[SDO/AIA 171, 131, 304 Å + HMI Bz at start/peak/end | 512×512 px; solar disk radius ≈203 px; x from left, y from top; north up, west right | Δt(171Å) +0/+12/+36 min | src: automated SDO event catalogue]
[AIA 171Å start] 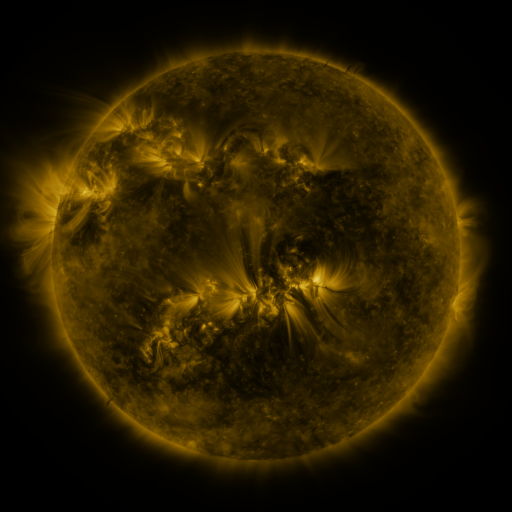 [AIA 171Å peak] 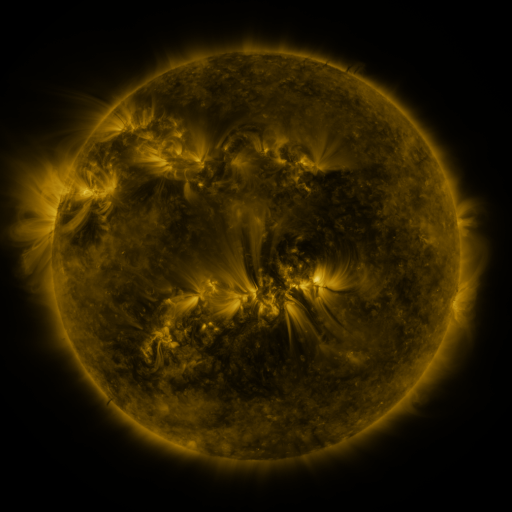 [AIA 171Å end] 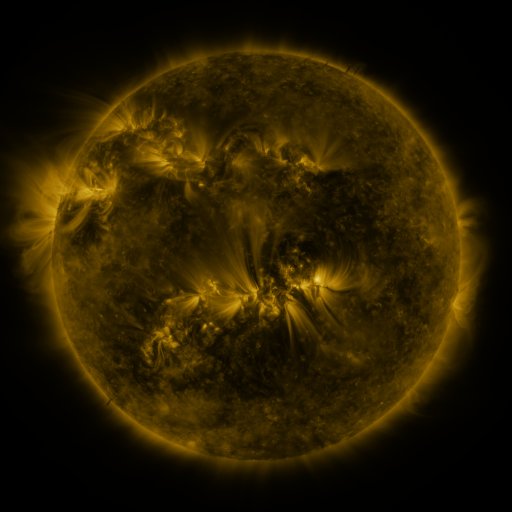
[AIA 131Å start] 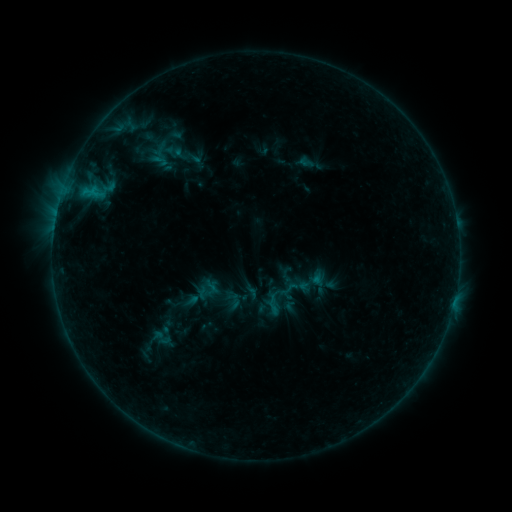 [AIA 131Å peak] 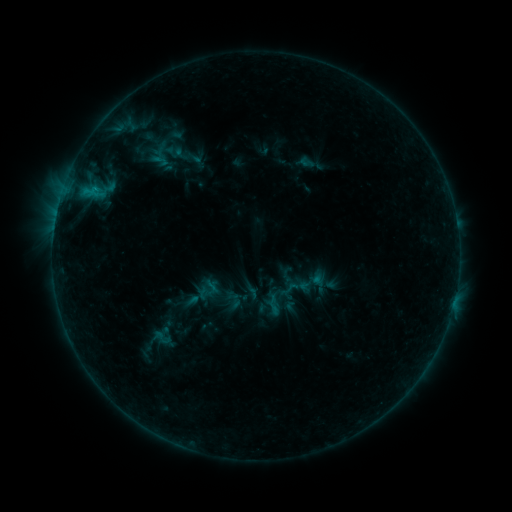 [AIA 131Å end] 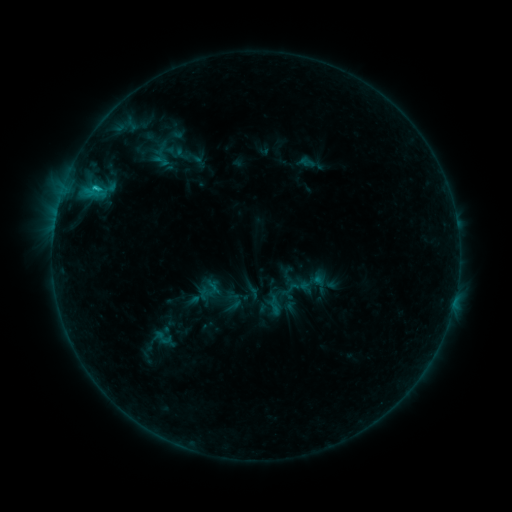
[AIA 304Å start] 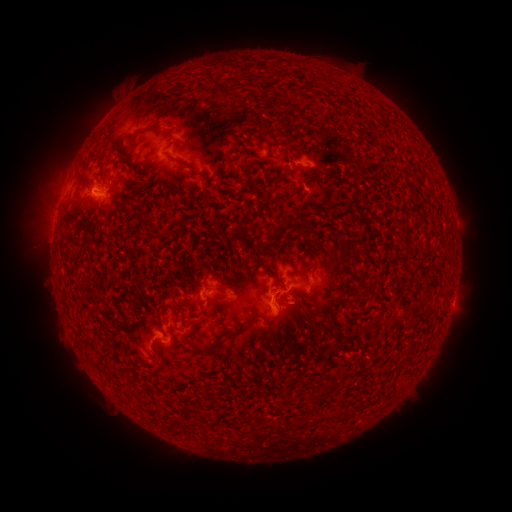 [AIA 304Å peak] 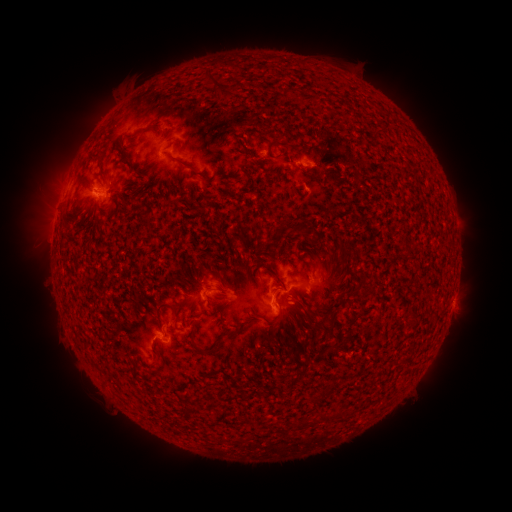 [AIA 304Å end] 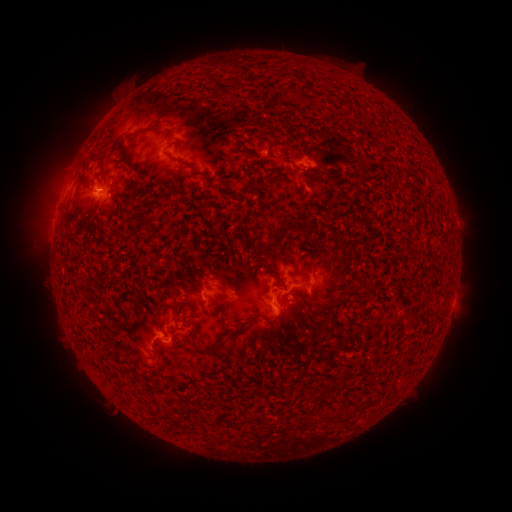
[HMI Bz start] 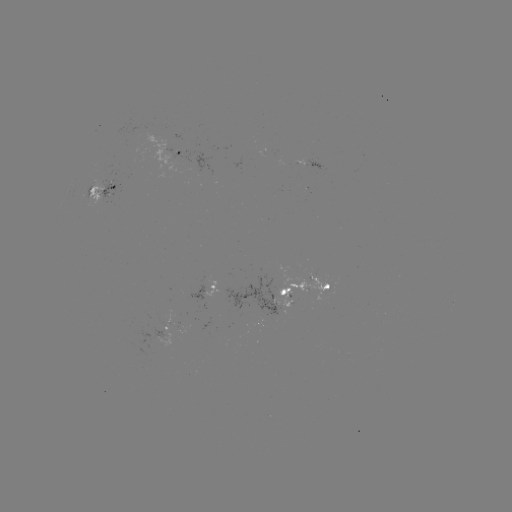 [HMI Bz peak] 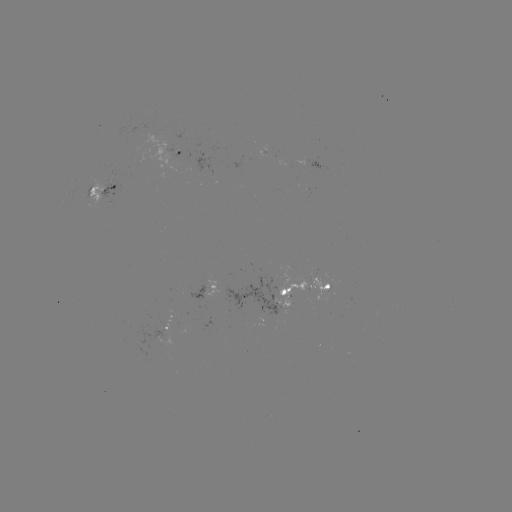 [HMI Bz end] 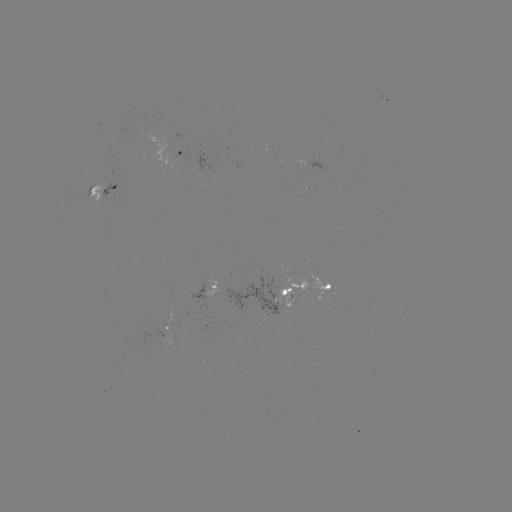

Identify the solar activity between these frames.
emerging-flux region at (289, 288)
